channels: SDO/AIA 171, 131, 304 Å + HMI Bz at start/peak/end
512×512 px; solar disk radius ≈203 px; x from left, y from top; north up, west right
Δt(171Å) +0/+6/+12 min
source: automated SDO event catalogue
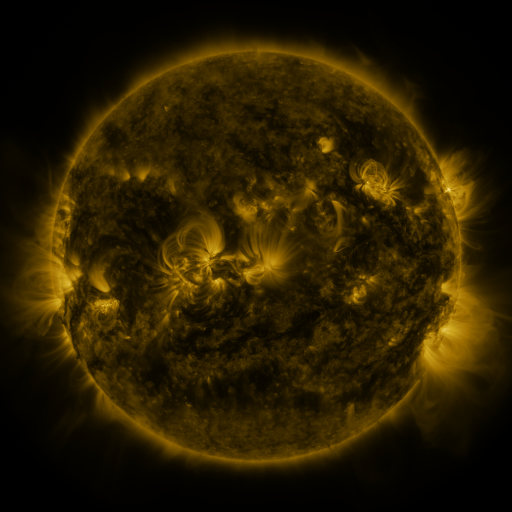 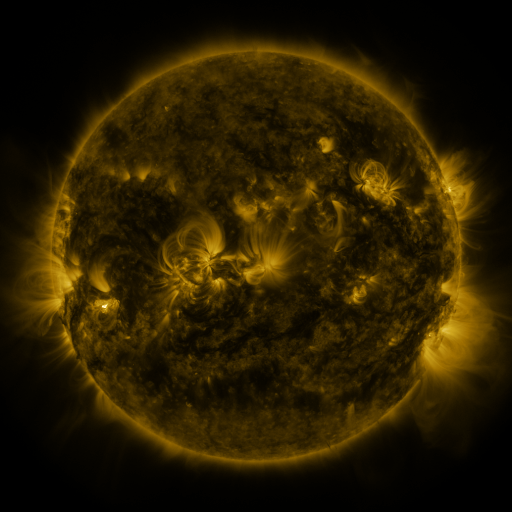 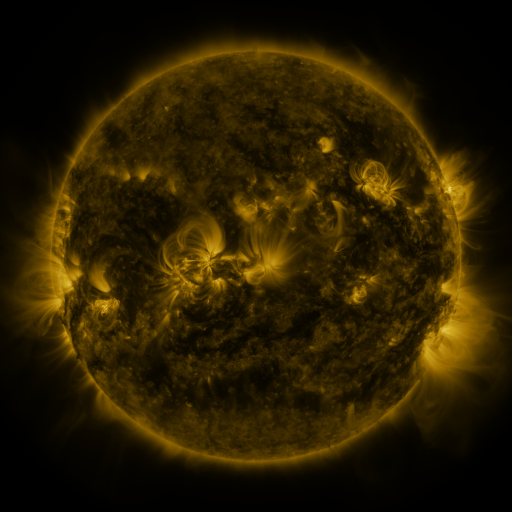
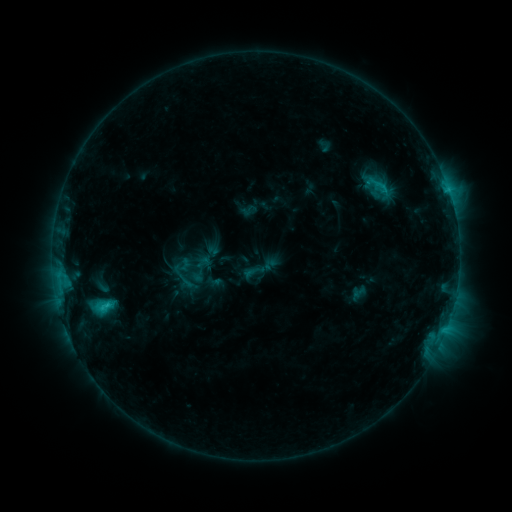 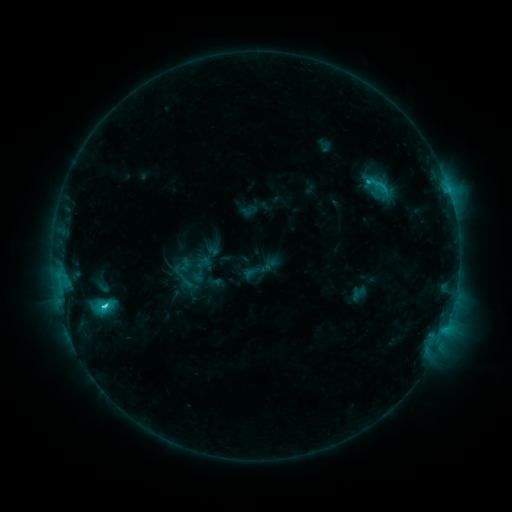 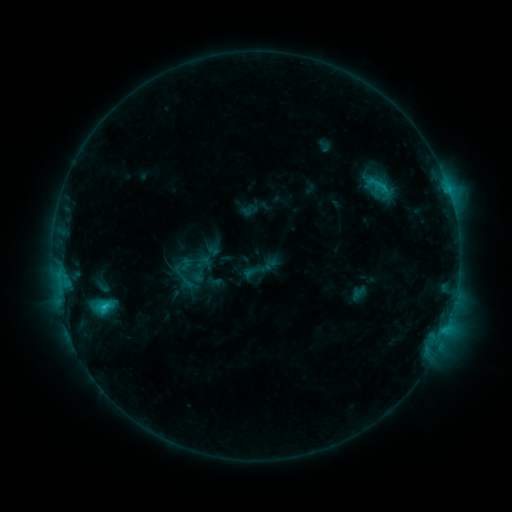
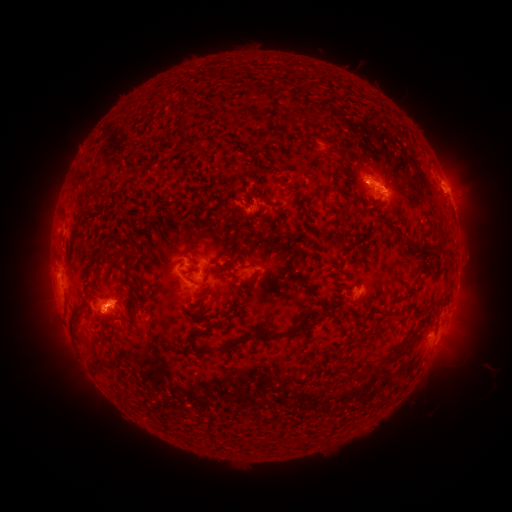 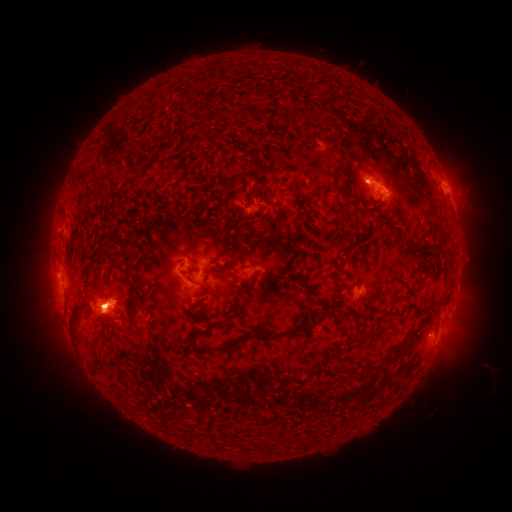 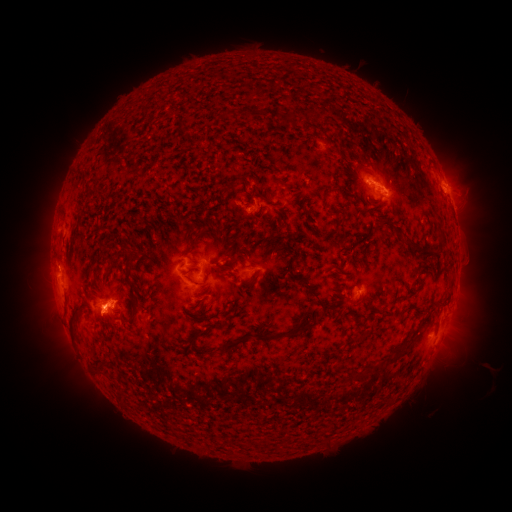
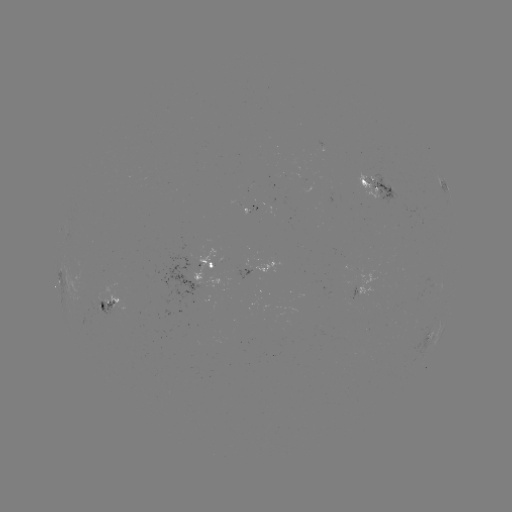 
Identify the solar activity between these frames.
C3.7 flare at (105, 303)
